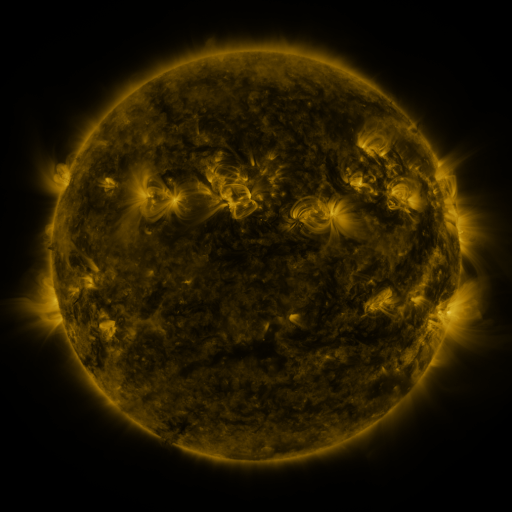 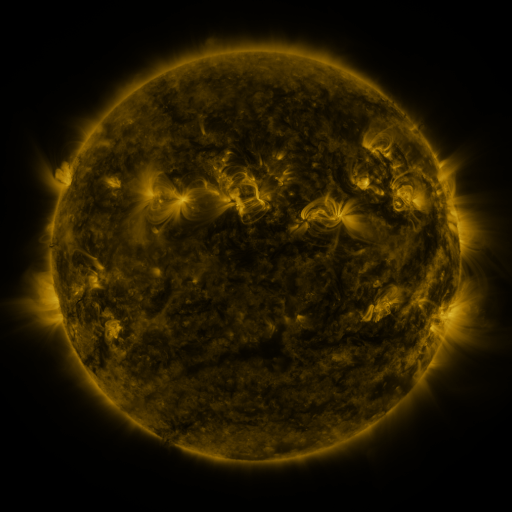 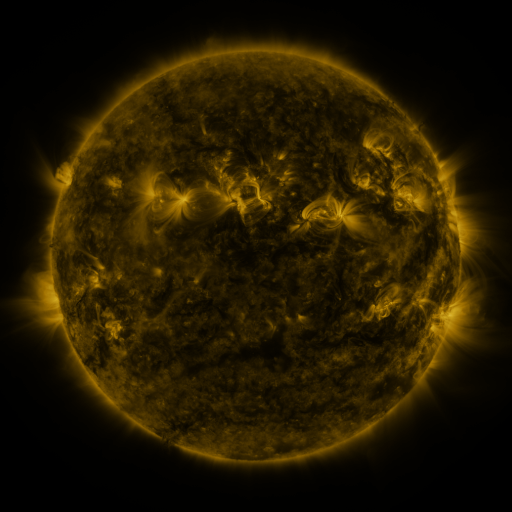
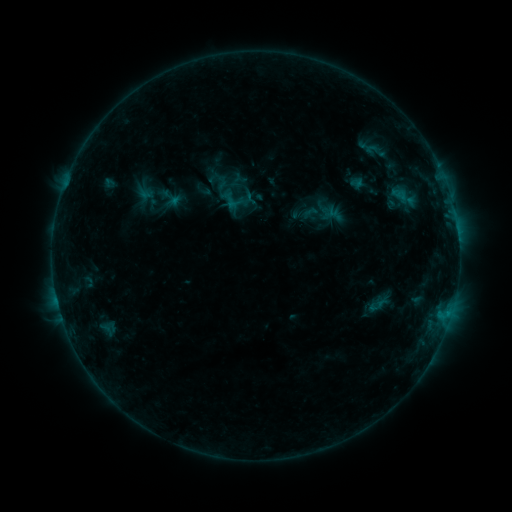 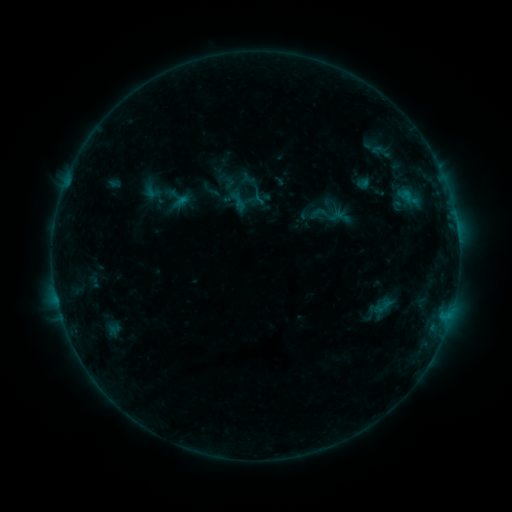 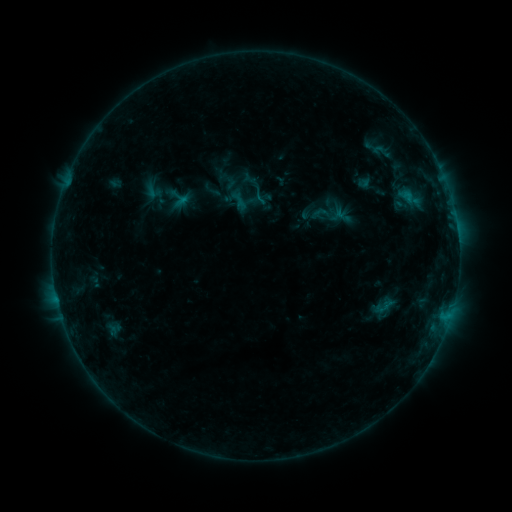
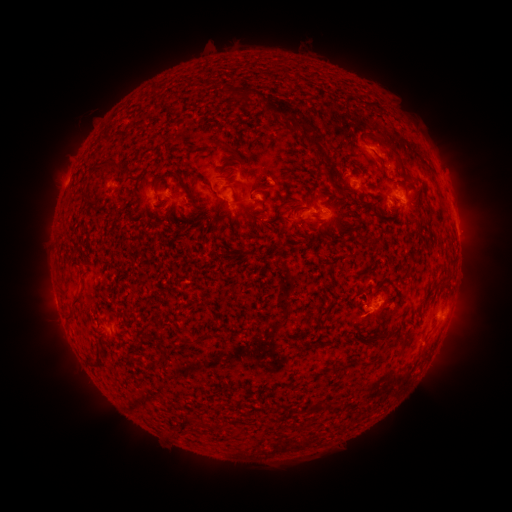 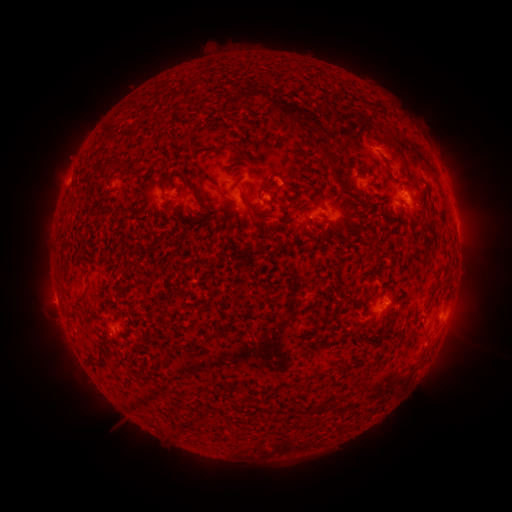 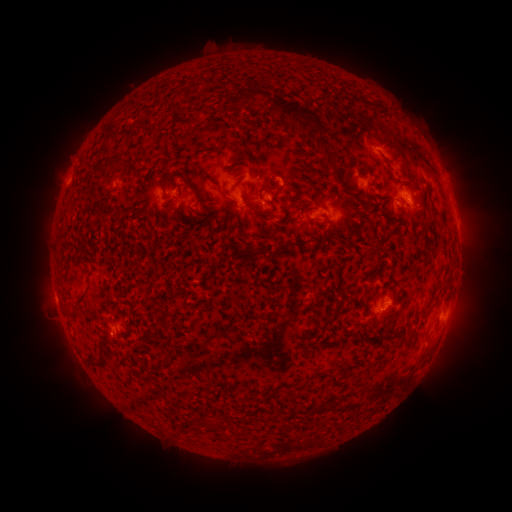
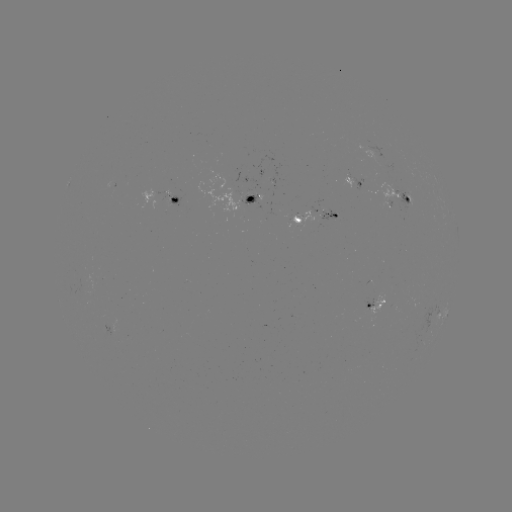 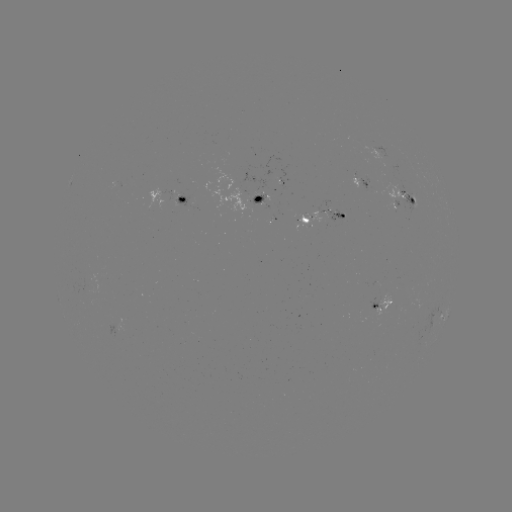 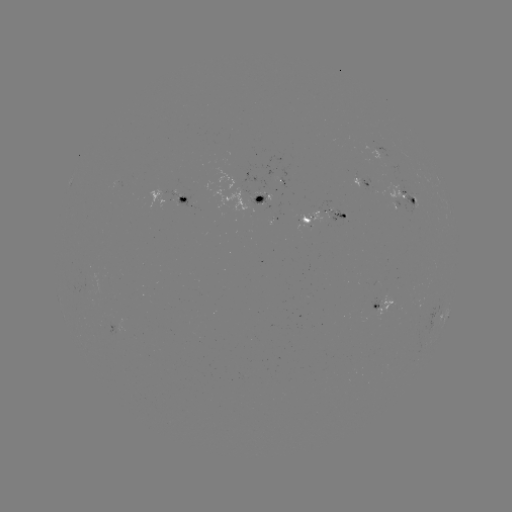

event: emerging-flux region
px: (260, 196)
